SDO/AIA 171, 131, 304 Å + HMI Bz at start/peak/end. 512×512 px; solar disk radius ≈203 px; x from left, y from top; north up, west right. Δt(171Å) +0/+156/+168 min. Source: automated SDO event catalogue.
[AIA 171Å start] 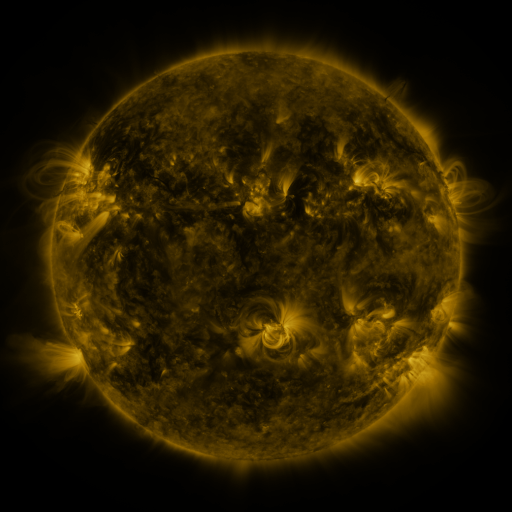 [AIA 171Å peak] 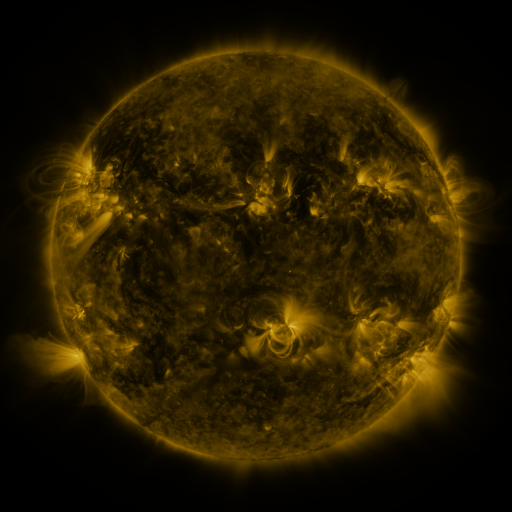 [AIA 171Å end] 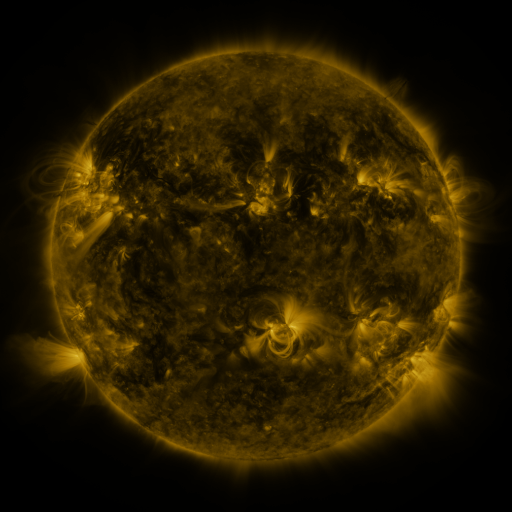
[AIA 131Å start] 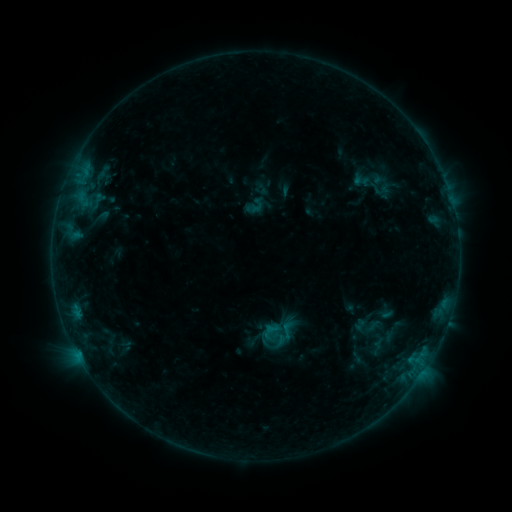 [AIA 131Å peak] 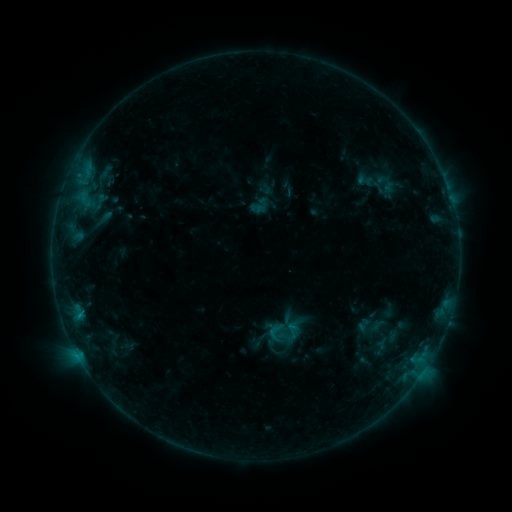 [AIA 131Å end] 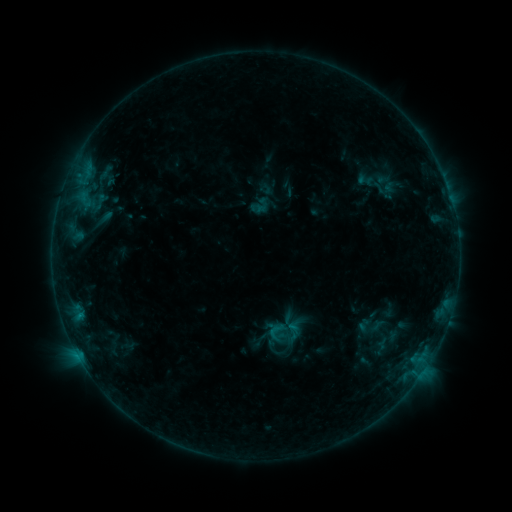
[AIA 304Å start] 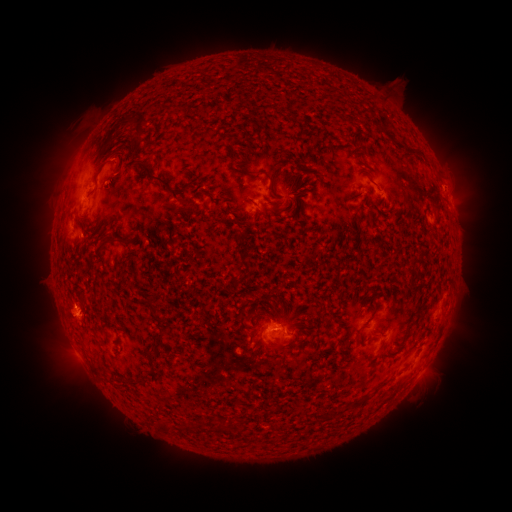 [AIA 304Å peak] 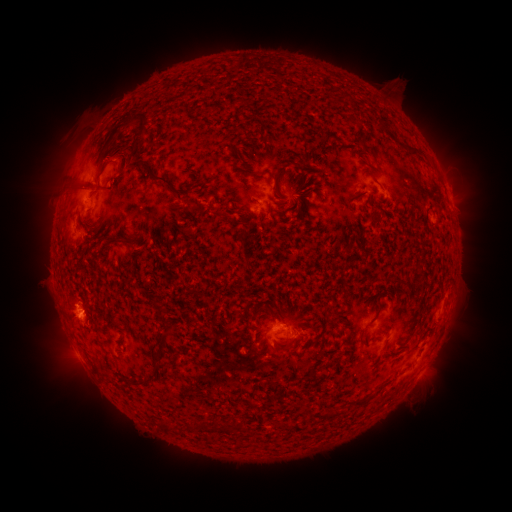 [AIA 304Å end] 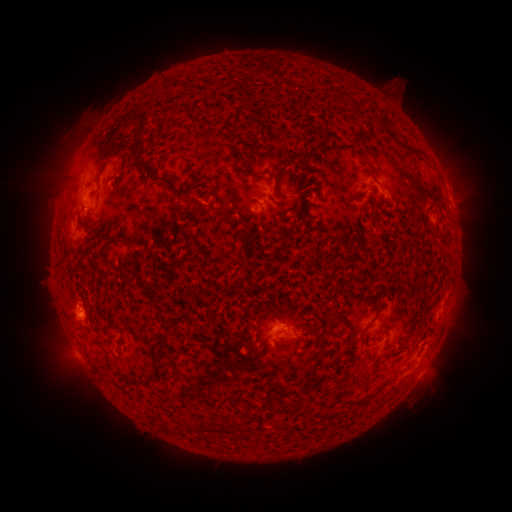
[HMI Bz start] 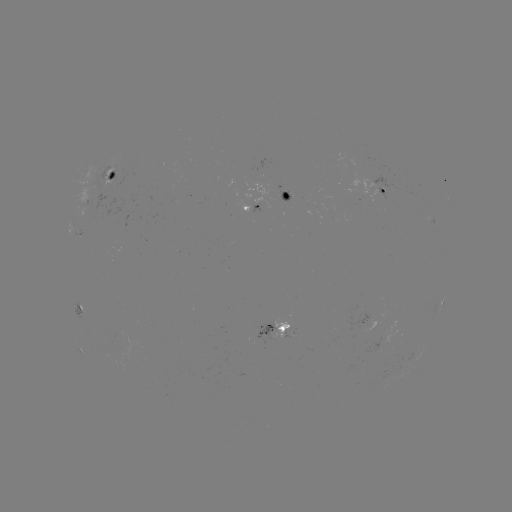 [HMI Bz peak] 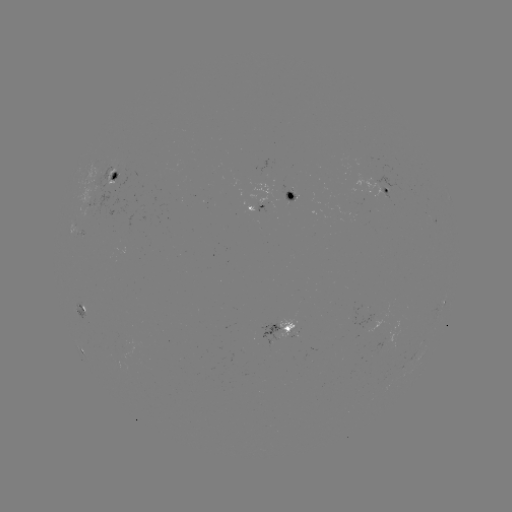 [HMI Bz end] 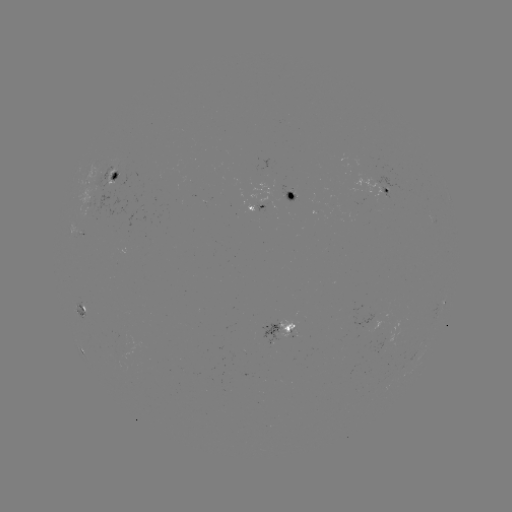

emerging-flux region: (82, 206, 91, 218)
